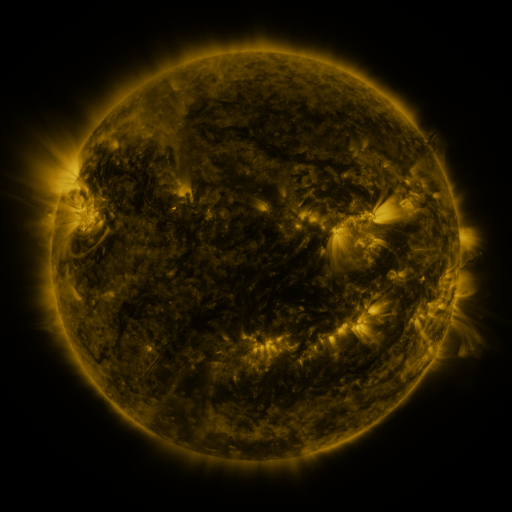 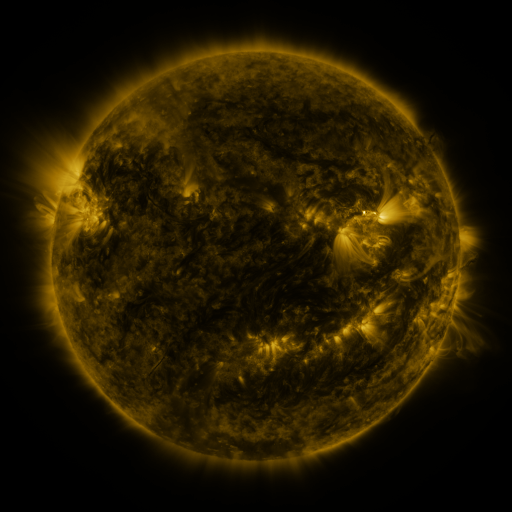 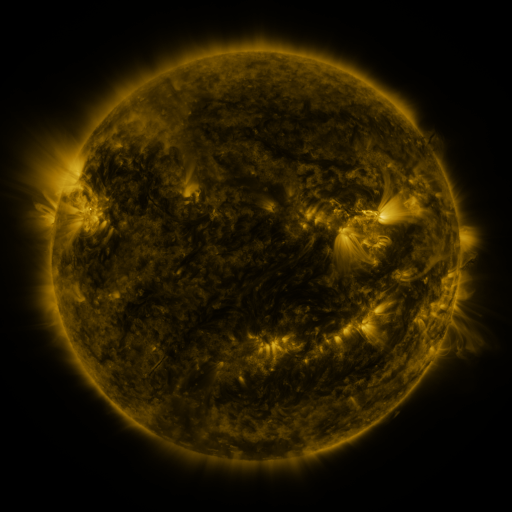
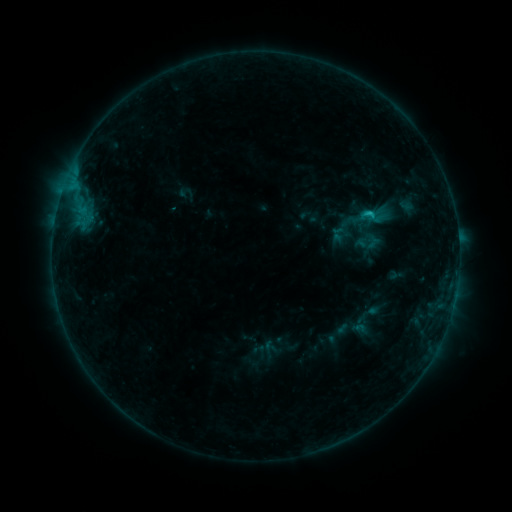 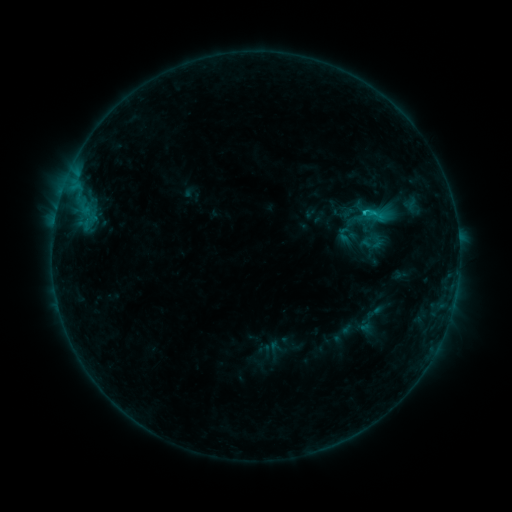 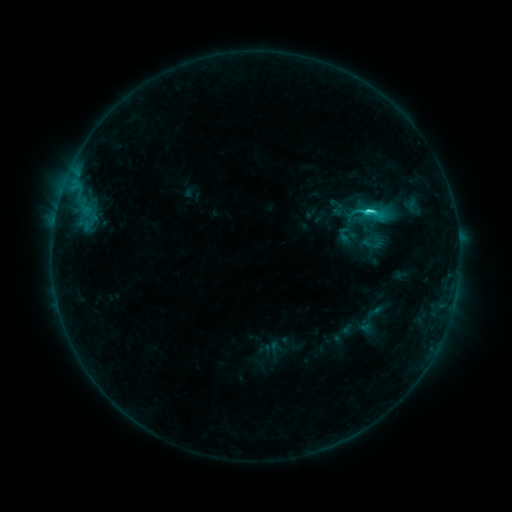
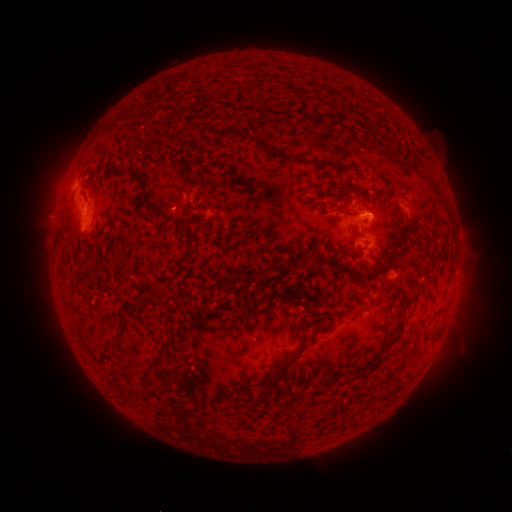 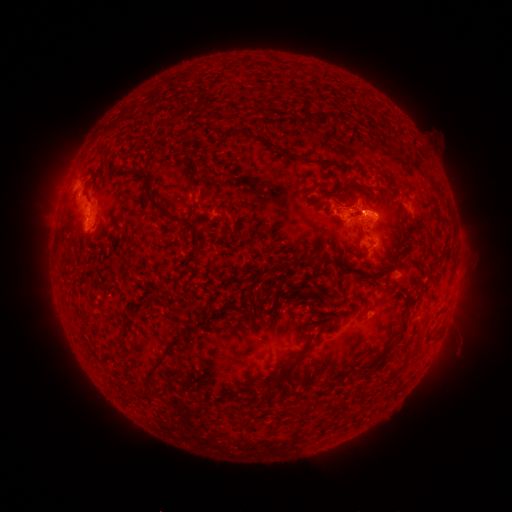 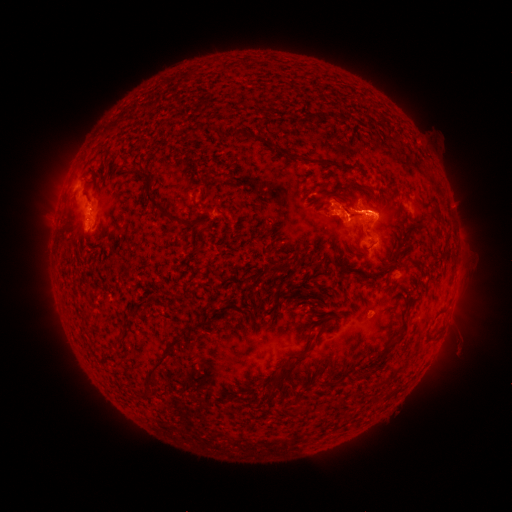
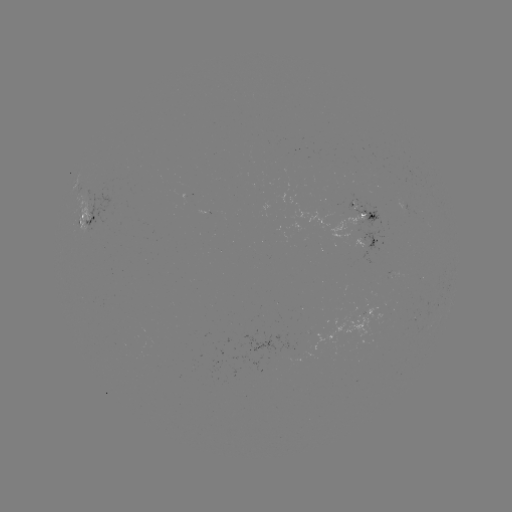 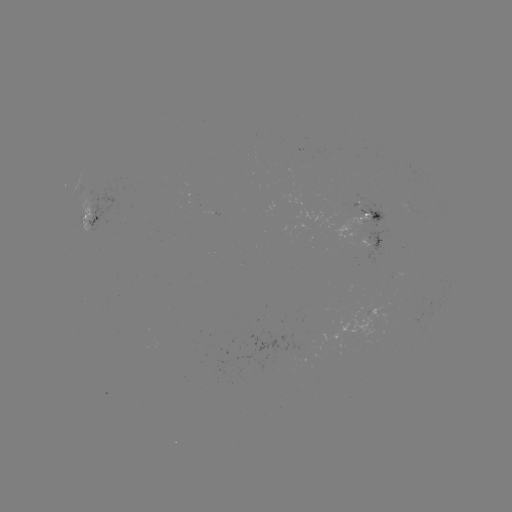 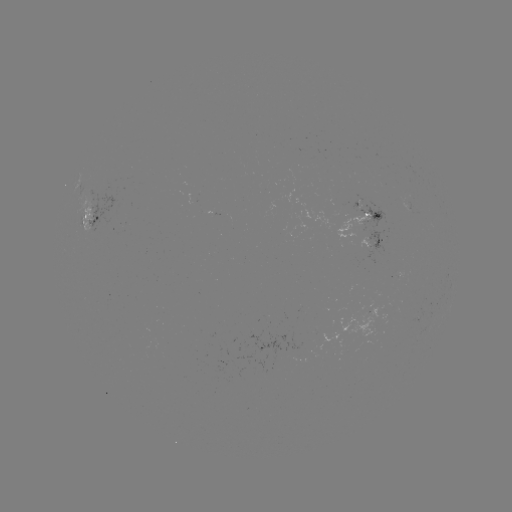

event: emerging-flux region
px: (367, 216)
